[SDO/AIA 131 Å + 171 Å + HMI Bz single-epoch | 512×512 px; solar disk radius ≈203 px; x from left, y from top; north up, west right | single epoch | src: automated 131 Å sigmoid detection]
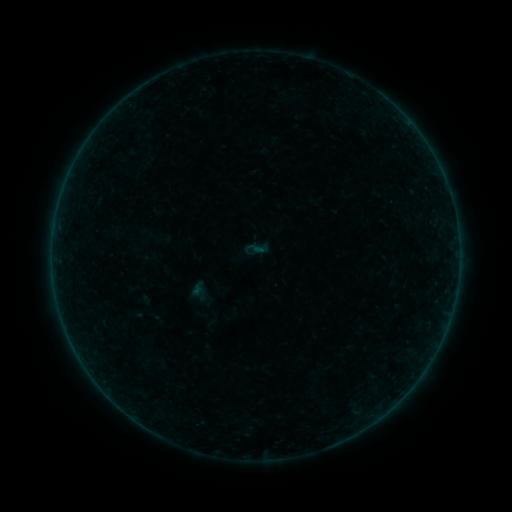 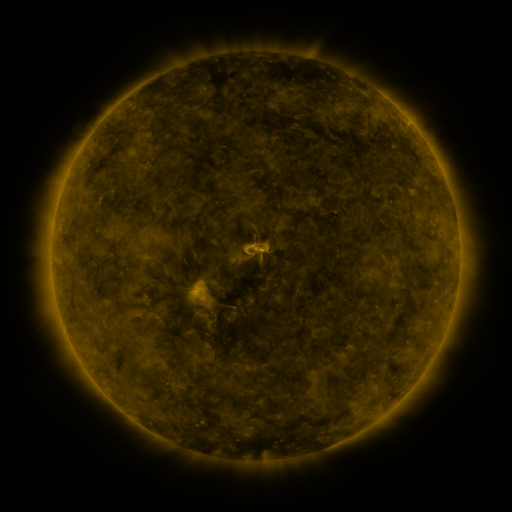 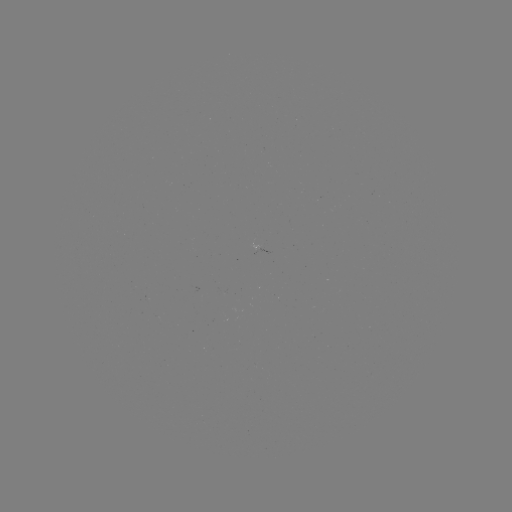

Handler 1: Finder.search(sigmoid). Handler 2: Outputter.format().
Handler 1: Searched sigmoid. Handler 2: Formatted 254,249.